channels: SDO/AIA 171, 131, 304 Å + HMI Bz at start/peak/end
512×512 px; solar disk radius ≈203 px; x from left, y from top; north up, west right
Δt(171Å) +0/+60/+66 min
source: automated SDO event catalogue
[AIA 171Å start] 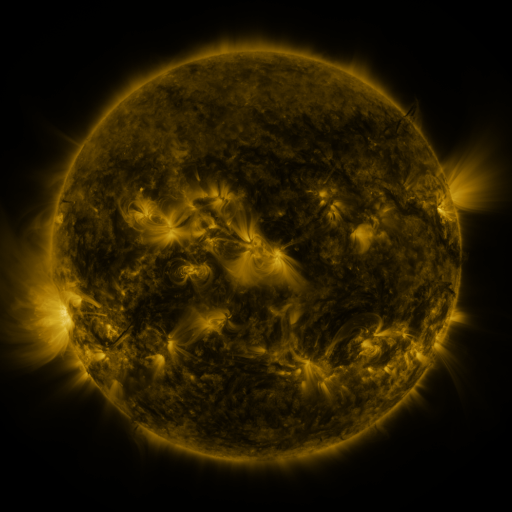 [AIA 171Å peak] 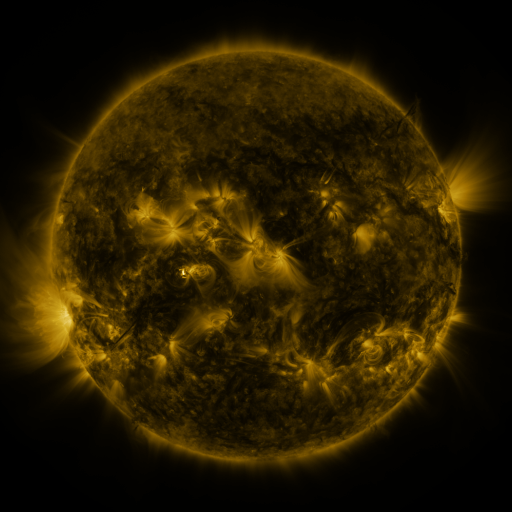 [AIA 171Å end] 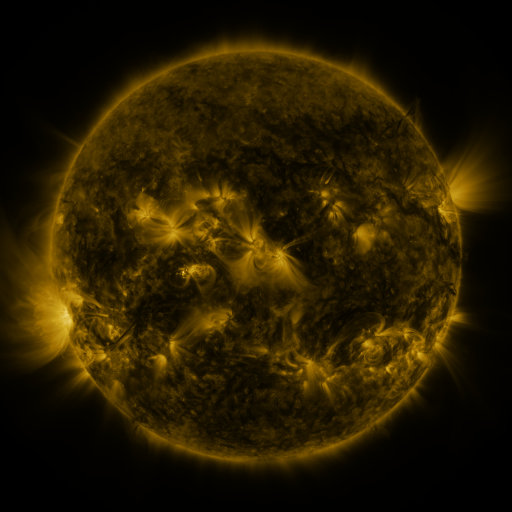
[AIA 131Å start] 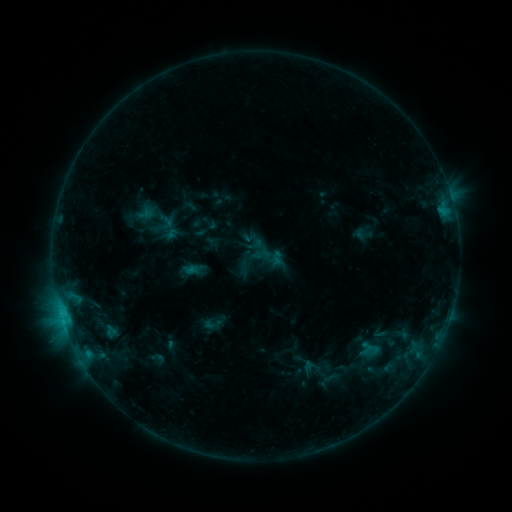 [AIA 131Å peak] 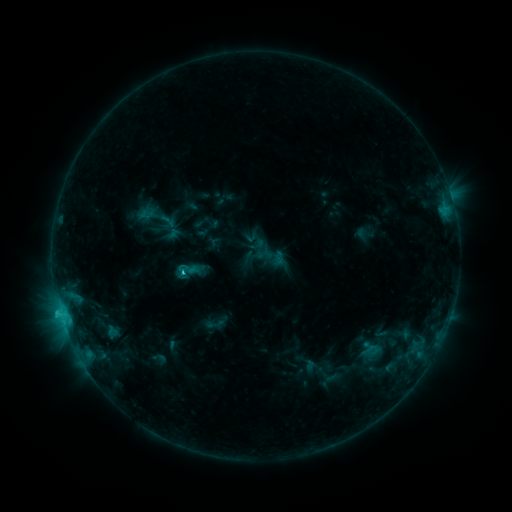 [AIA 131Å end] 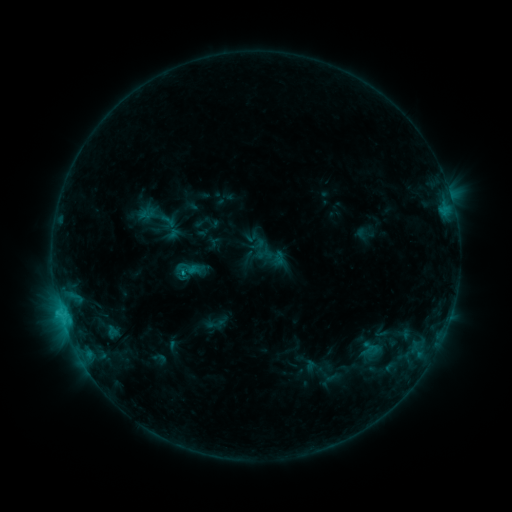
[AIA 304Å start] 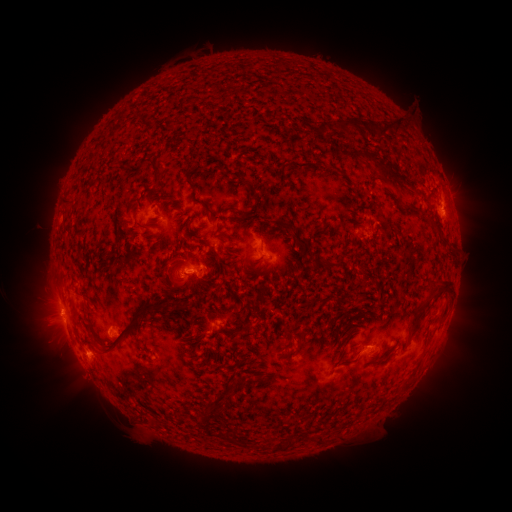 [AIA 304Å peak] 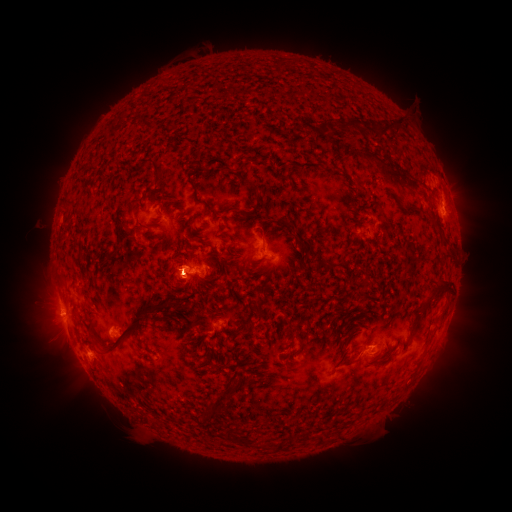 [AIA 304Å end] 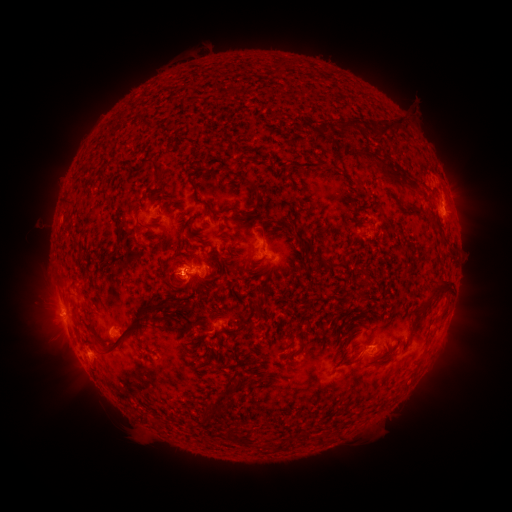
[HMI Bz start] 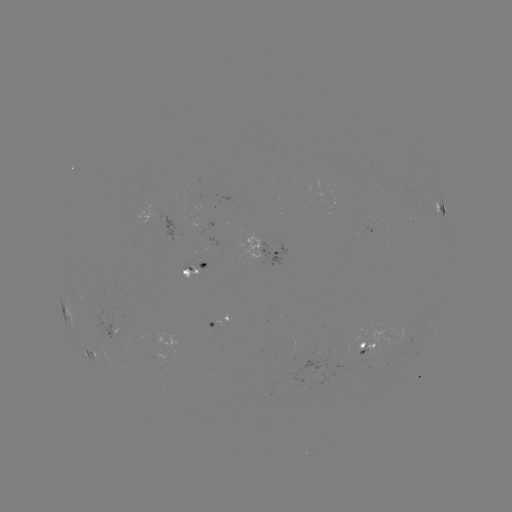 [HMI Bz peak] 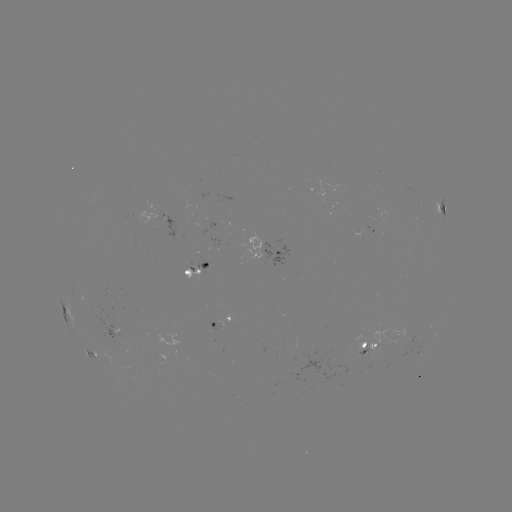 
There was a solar flare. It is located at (60, 309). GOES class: C1.9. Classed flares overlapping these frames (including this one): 1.